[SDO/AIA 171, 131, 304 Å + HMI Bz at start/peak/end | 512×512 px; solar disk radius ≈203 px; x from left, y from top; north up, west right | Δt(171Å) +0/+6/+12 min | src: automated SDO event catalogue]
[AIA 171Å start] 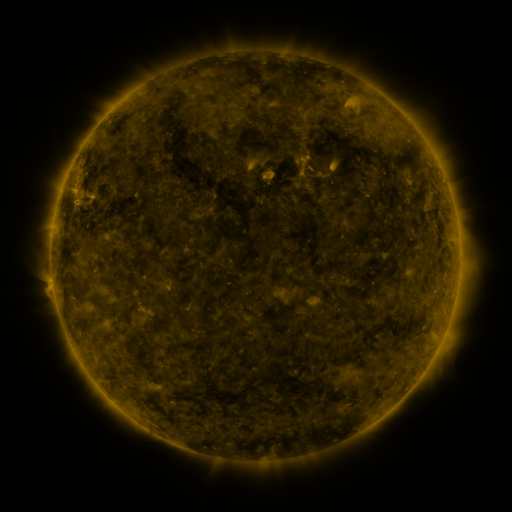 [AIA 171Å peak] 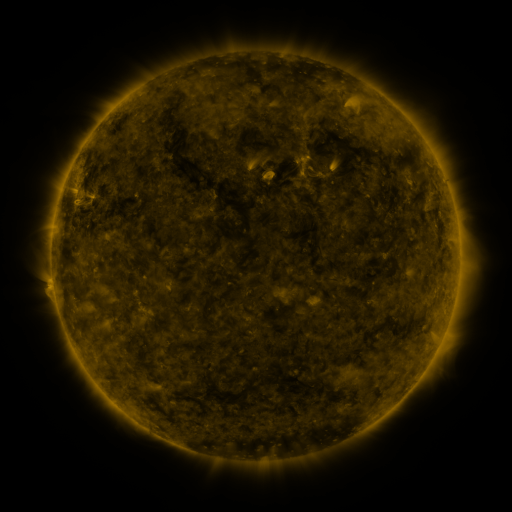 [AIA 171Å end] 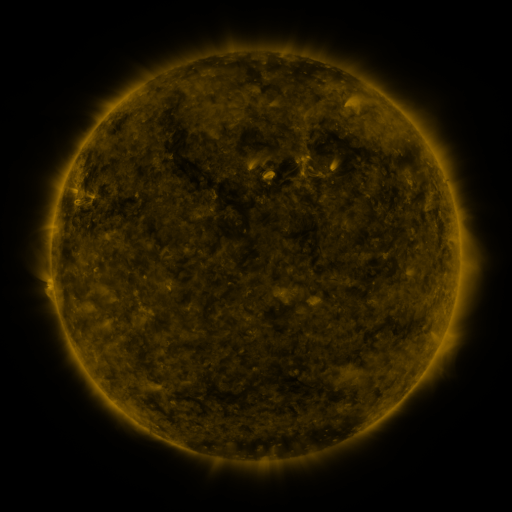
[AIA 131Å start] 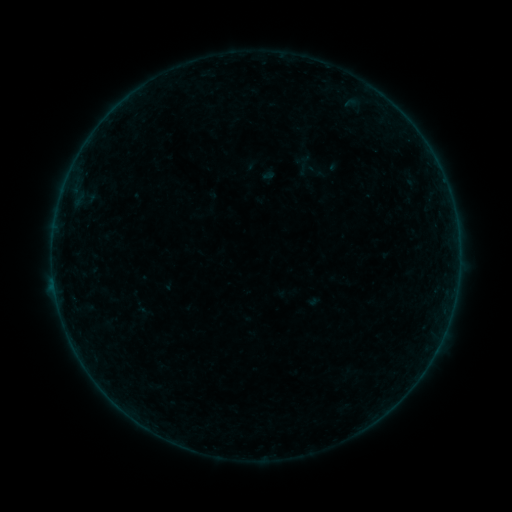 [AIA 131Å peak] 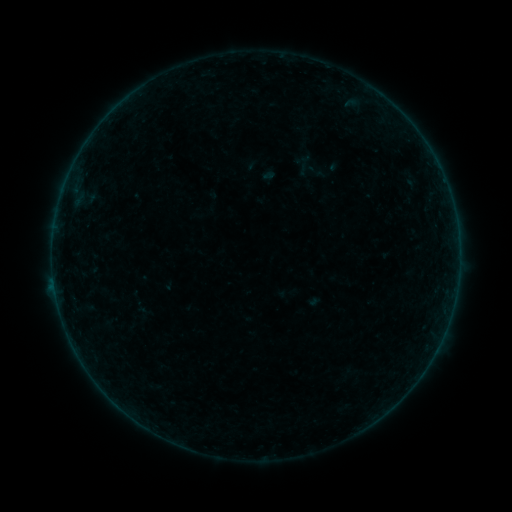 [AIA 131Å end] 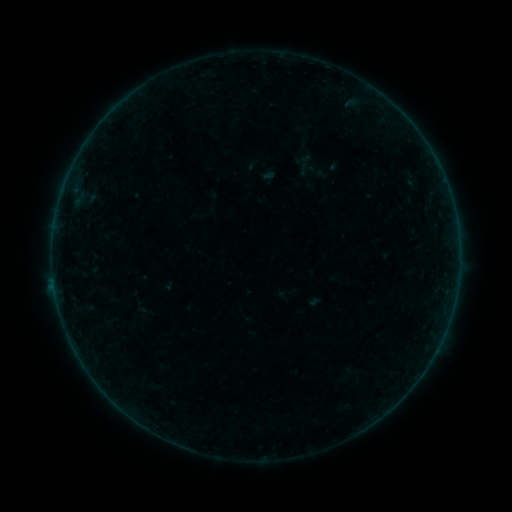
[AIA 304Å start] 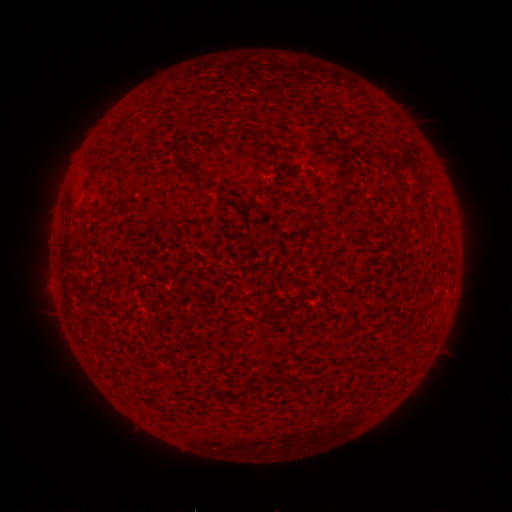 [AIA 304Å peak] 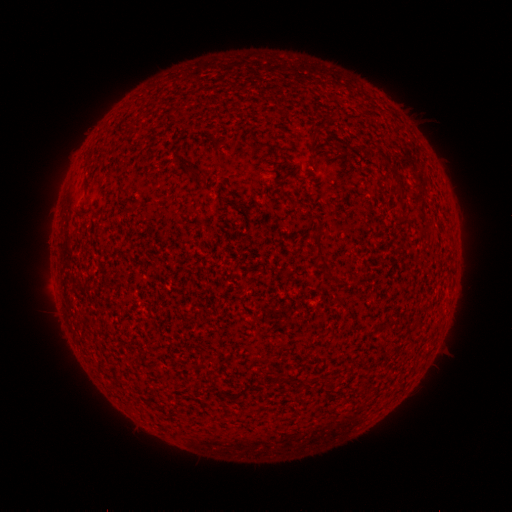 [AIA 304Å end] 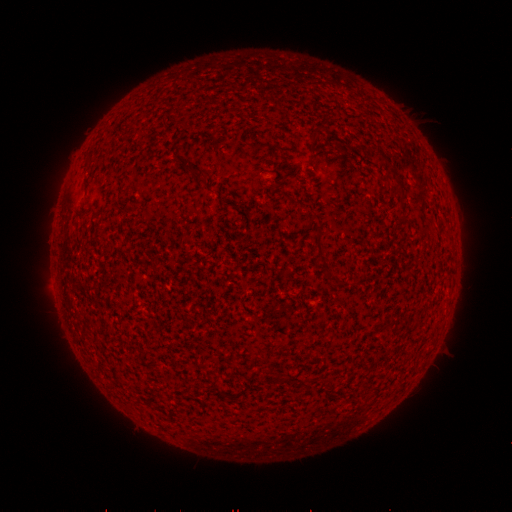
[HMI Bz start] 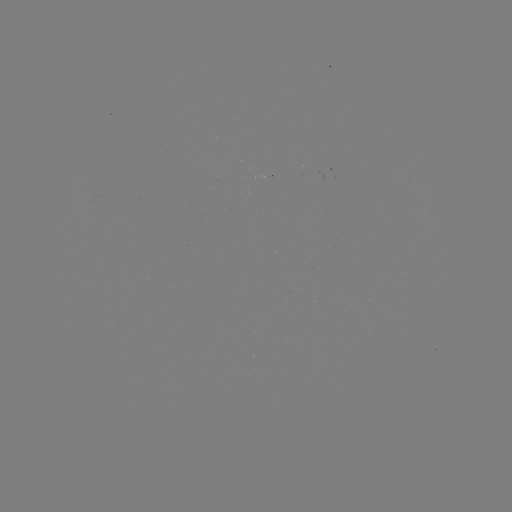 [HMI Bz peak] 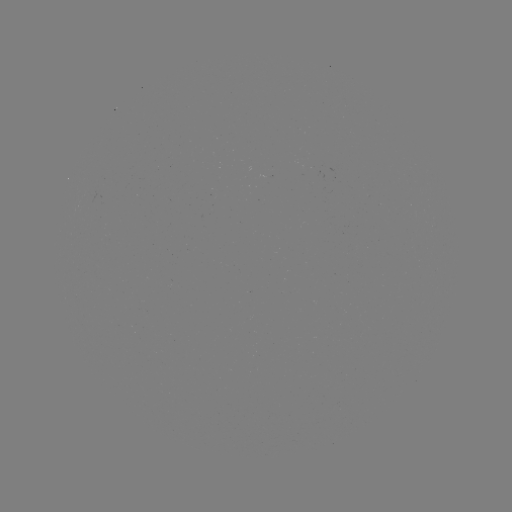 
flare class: B2.4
